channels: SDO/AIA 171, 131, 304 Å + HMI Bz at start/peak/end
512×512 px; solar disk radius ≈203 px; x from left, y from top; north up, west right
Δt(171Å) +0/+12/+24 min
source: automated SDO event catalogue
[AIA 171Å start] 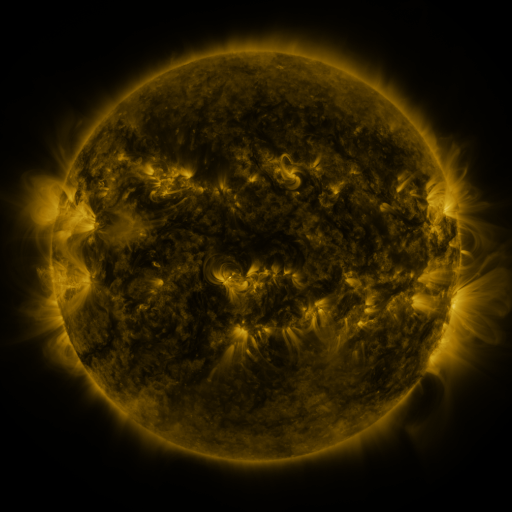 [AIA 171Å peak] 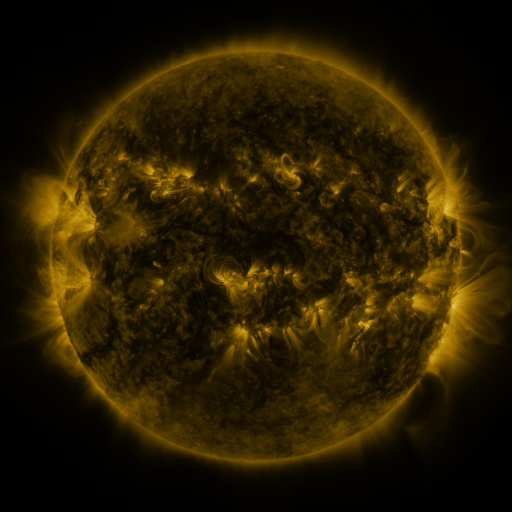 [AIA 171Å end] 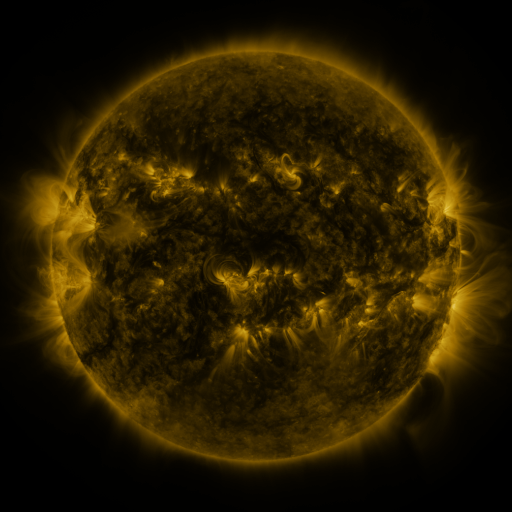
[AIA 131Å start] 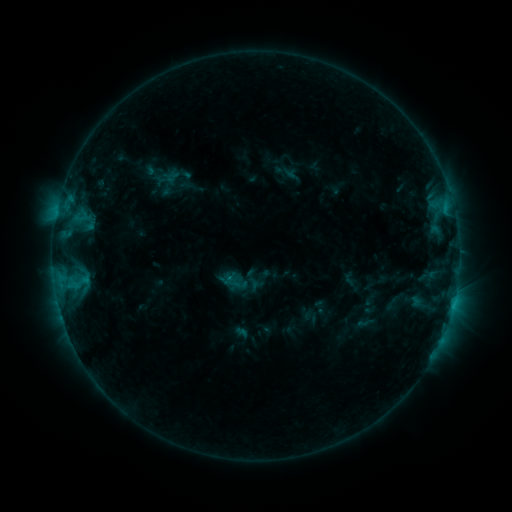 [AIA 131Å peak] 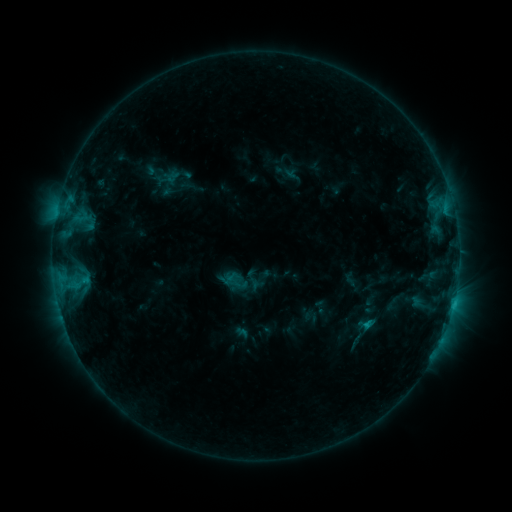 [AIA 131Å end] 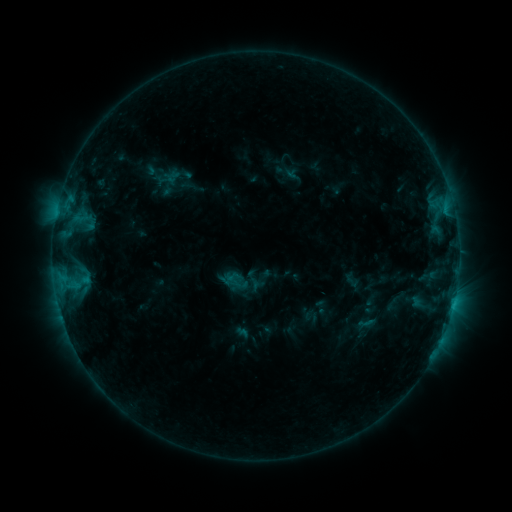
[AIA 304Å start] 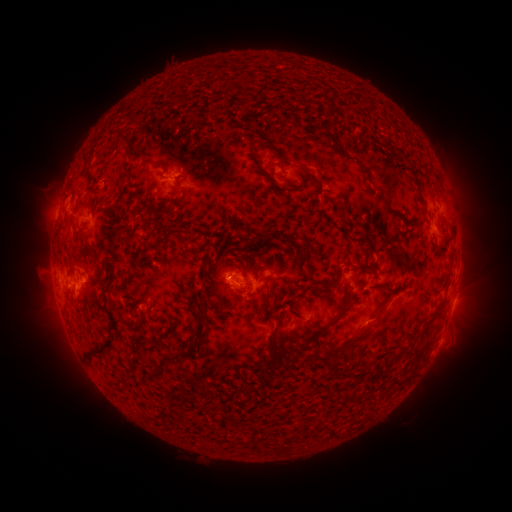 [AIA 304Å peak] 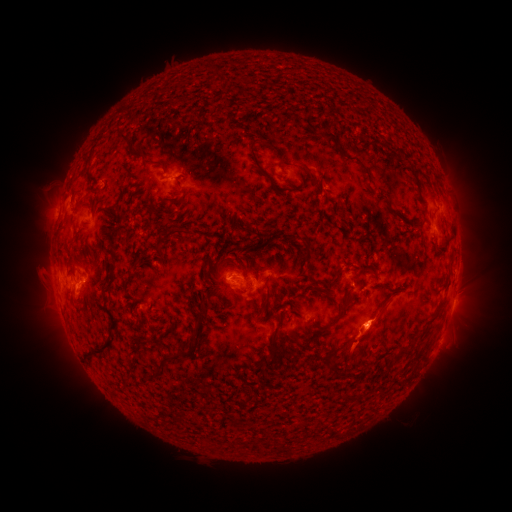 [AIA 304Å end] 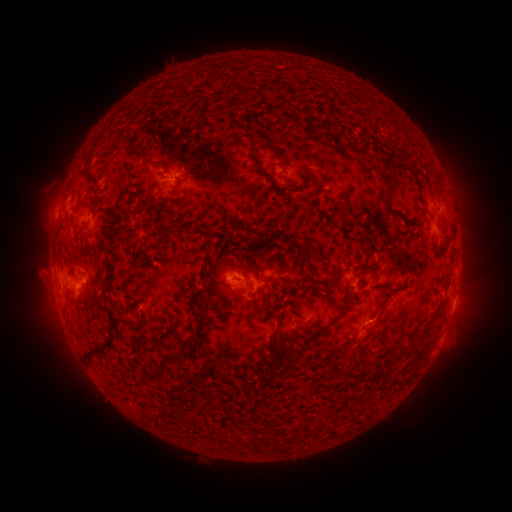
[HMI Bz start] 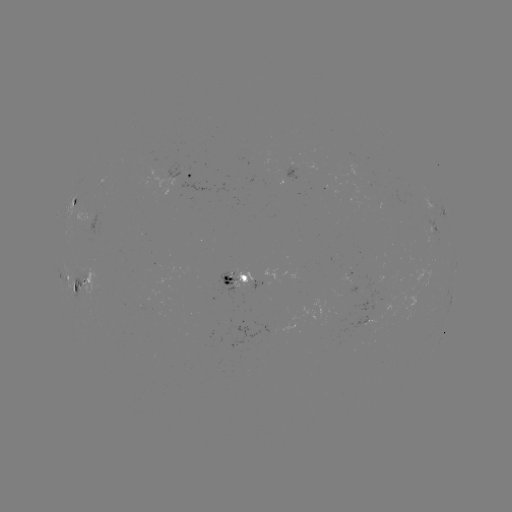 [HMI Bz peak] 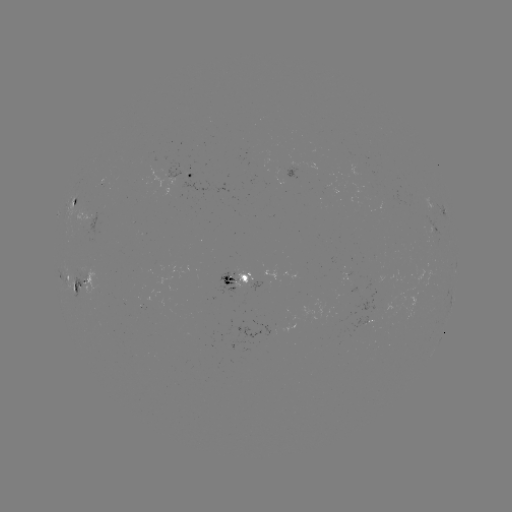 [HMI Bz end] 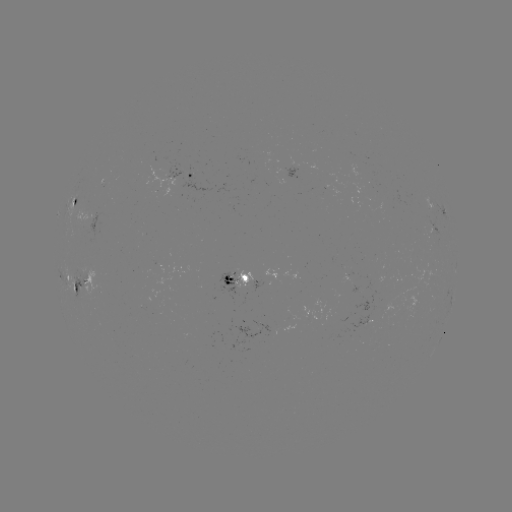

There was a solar eruption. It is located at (367, 338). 